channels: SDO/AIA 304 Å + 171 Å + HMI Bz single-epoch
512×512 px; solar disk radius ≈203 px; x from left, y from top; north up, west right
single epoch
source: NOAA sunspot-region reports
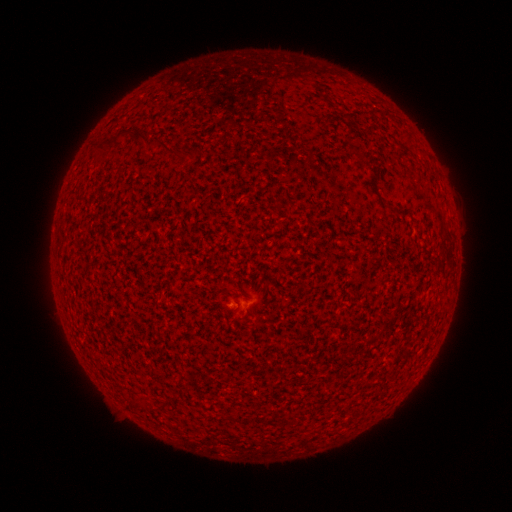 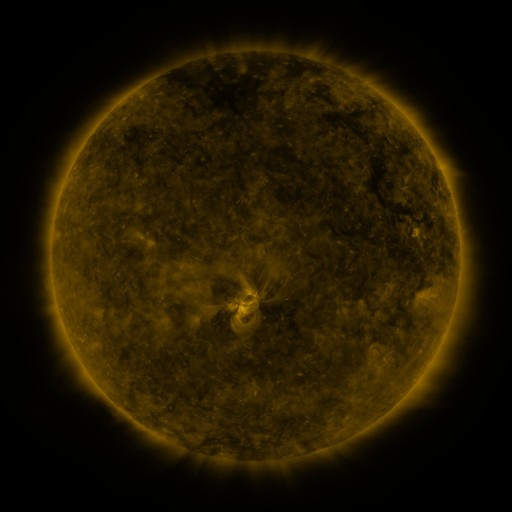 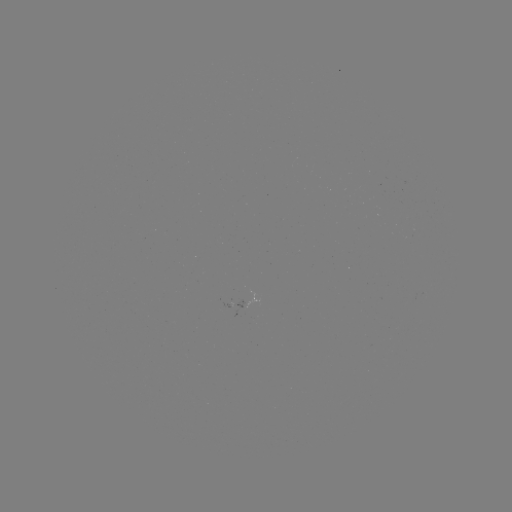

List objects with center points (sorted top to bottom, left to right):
spotted active region: (245, 301)
